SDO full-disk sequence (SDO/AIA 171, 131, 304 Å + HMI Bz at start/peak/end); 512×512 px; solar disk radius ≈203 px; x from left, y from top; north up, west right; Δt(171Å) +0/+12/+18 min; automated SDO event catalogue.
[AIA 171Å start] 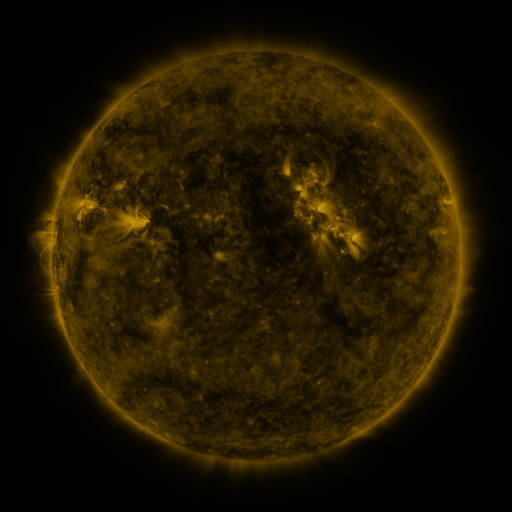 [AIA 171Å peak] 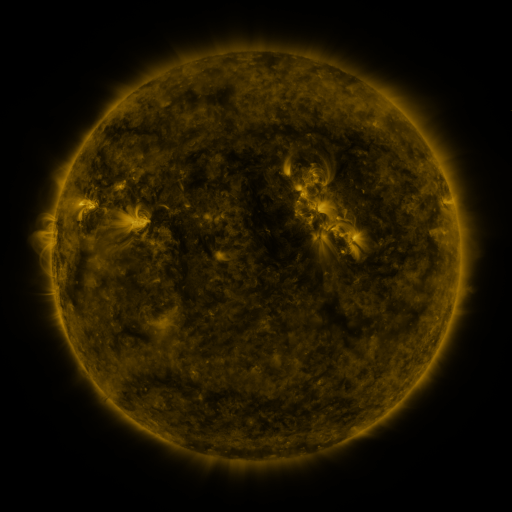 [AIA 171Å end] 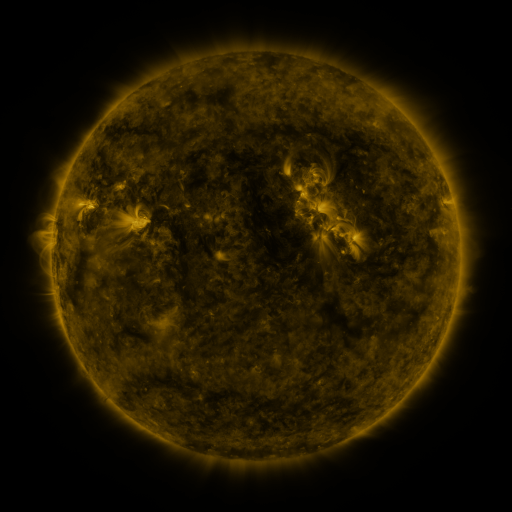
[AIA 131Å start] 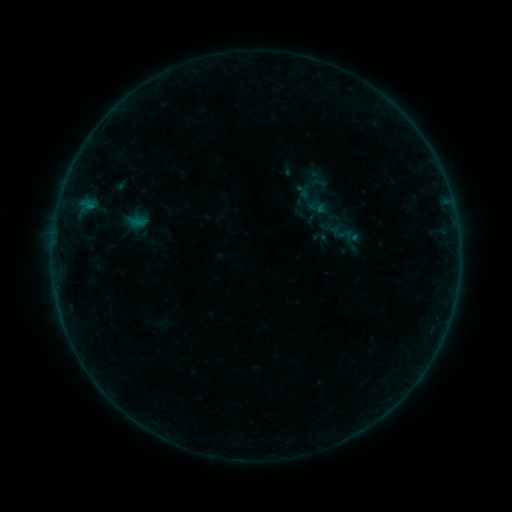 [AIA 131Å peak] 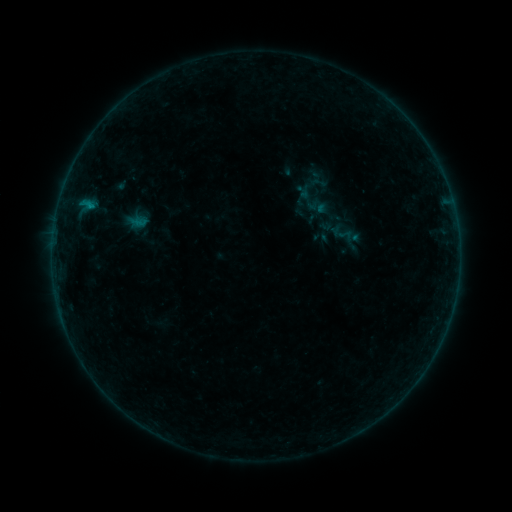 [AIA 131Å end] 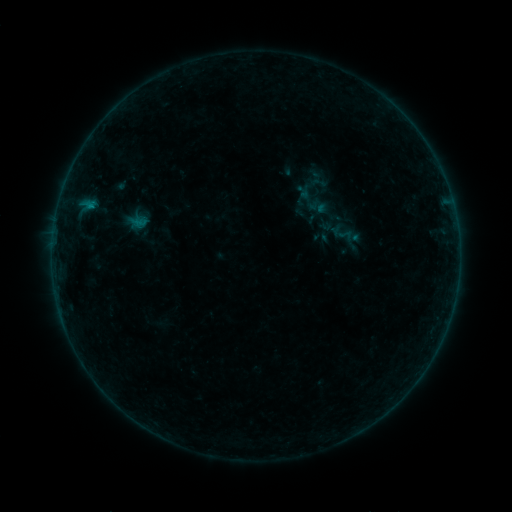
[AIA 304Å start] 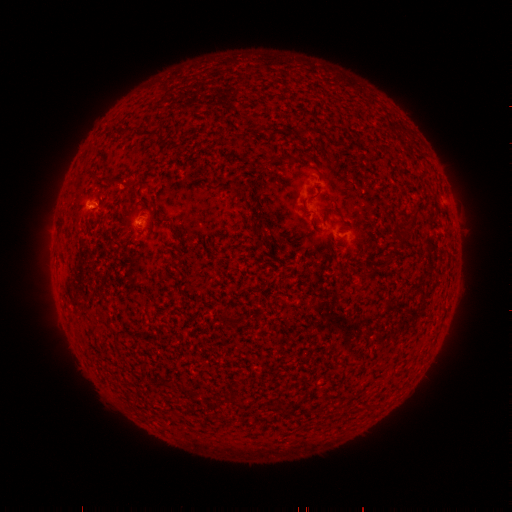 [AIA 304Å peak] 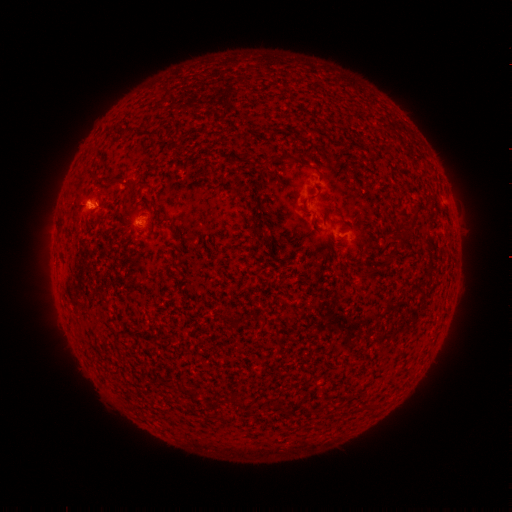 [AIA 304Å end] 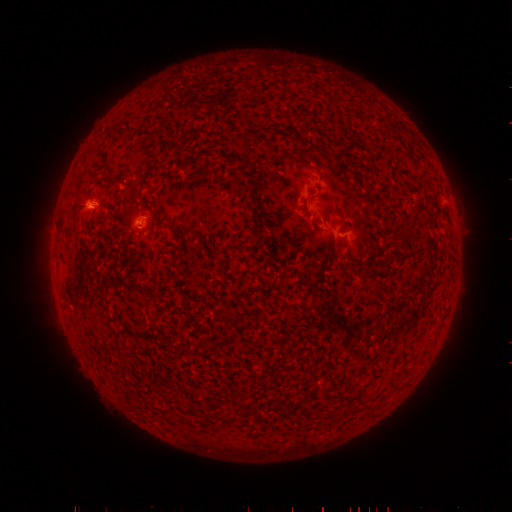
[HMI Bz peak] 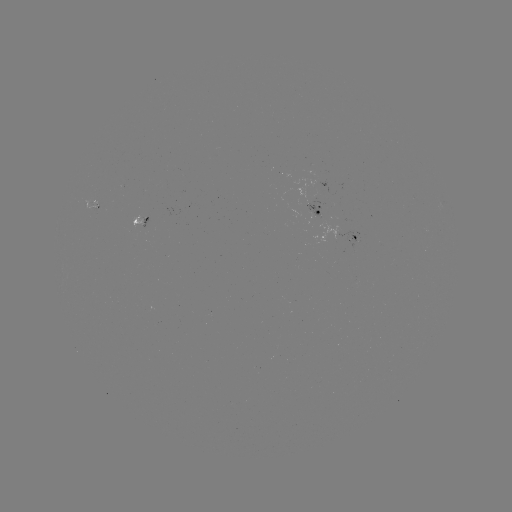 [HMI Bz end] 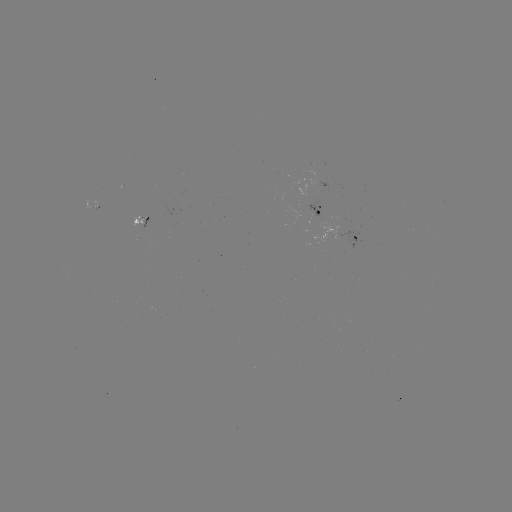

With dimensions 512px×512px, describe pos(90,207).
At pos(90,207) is B3.1 flare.